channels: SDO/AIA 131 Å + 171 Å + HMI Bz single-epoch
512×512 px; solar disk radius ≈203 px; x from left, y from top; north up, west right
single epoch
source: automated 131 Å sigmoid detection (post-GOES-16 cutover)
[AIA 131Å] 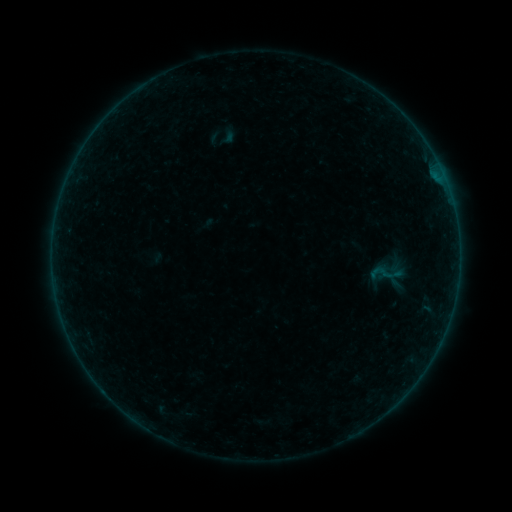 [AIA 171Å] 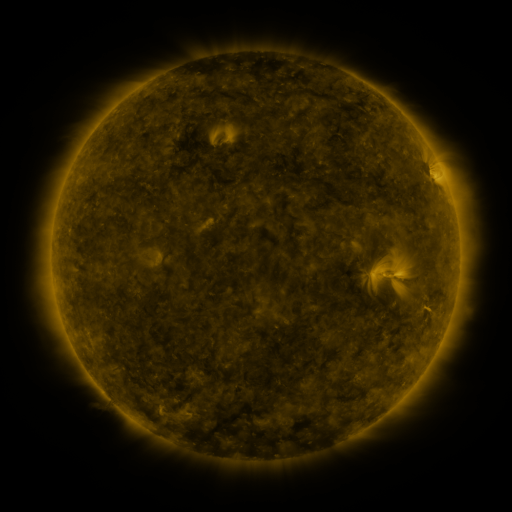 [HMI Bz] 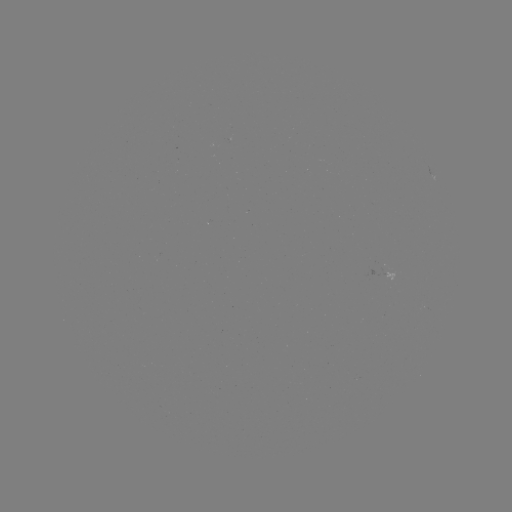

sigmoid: <bbox>369, 261, 392, 286</bbox>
